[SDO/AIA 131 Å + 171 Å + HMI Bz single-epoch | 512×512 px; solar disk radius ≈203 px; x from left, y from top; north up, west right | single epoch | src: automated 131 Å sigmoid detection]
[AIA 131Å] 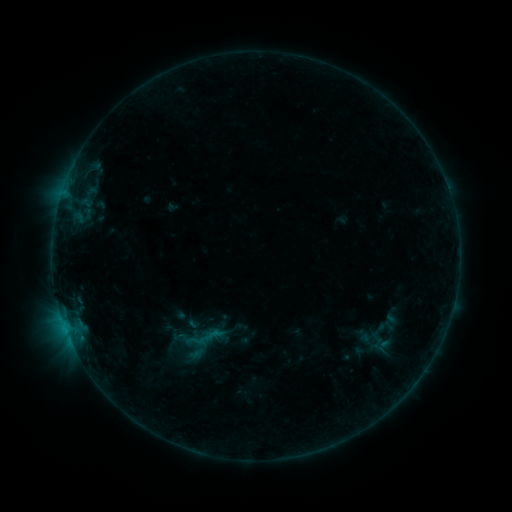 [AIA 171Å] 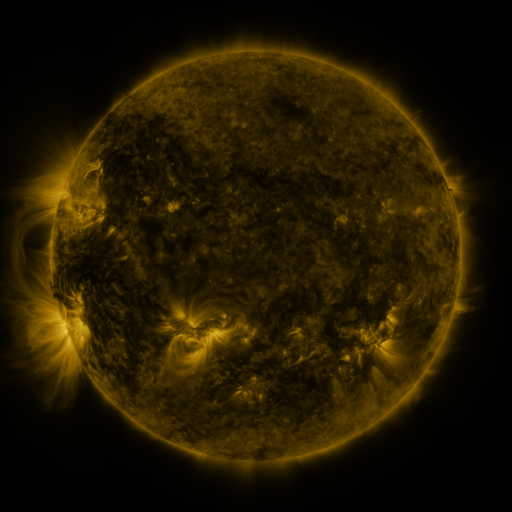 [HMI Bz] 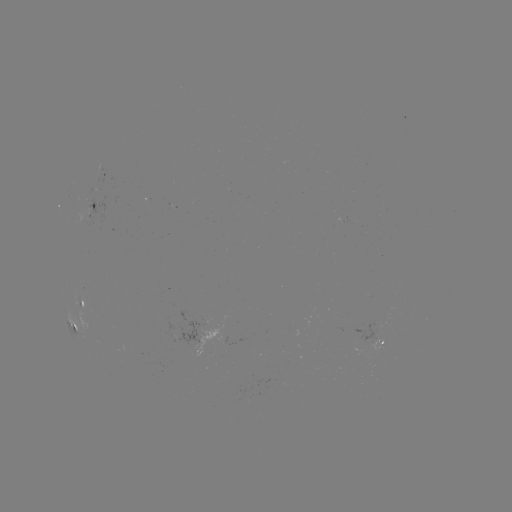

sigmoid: <bbox>368, 321, 388, 340</bbox>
